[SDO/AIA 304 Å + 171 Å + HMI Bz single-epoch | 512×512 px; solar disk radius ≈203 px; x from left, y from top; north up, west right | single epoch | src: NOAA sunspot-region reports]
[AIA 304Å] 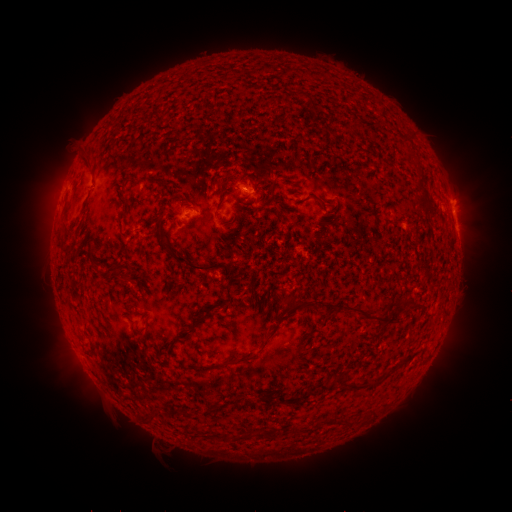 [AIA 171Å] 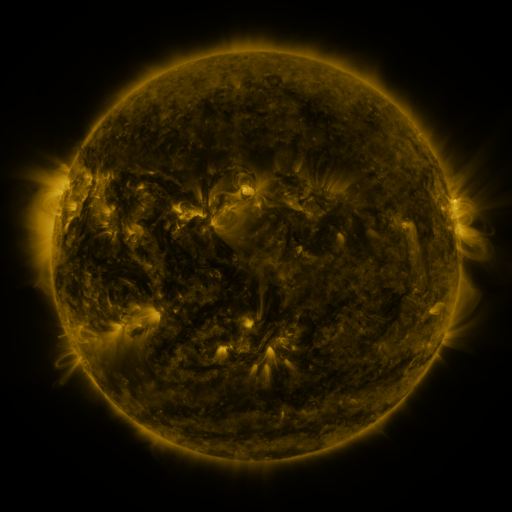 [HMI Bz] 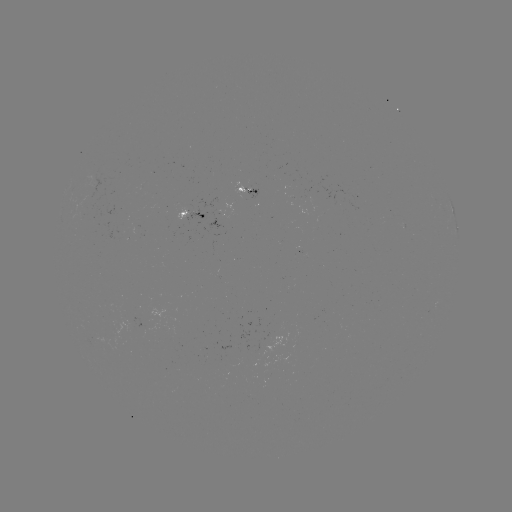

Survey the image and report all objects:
spotted active region: (249, 191)
spotted active region: (190, 216)
spotted active region: (457, 231)
